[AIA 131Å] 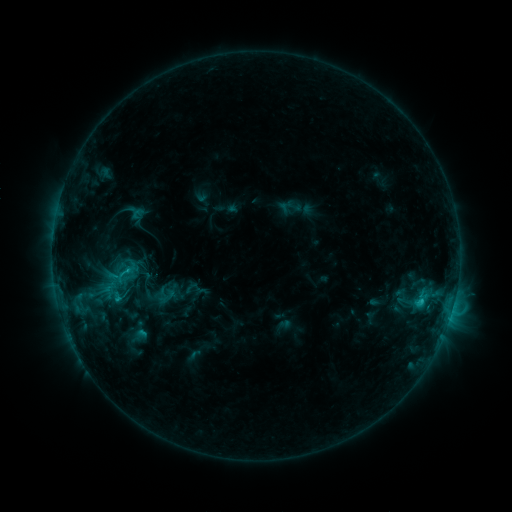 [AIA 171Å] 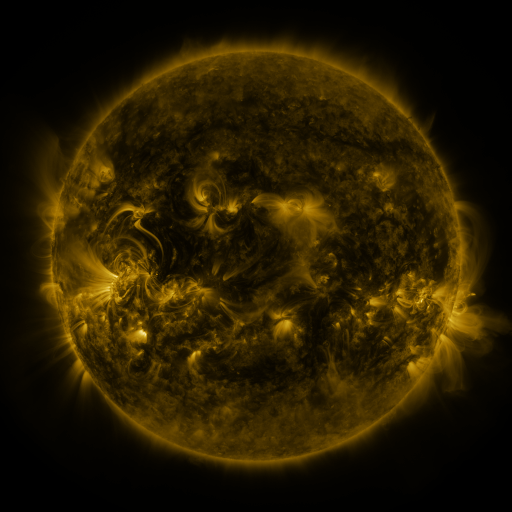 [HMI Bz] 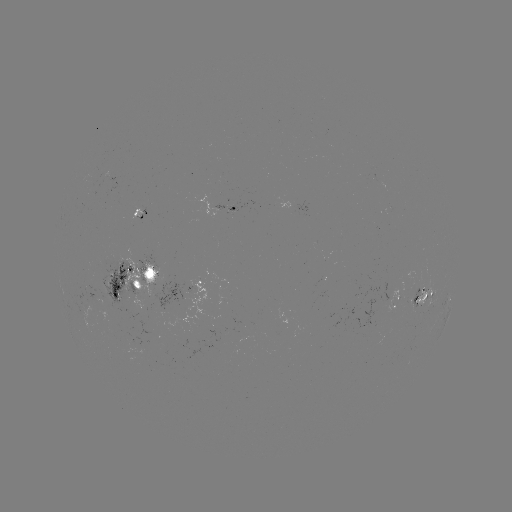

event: sigmoid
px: (125, 273)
